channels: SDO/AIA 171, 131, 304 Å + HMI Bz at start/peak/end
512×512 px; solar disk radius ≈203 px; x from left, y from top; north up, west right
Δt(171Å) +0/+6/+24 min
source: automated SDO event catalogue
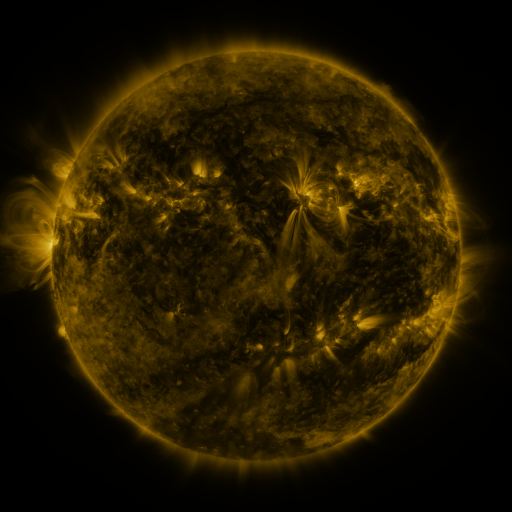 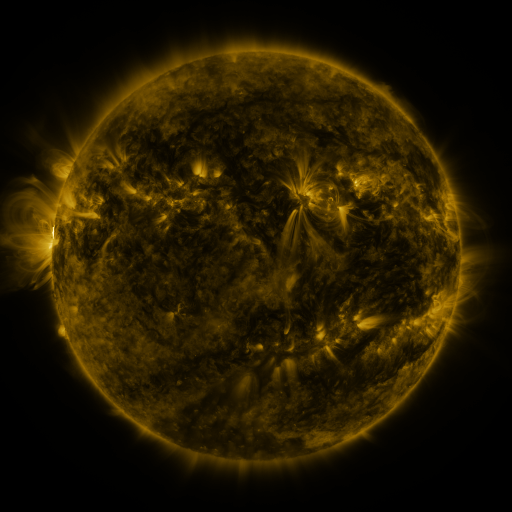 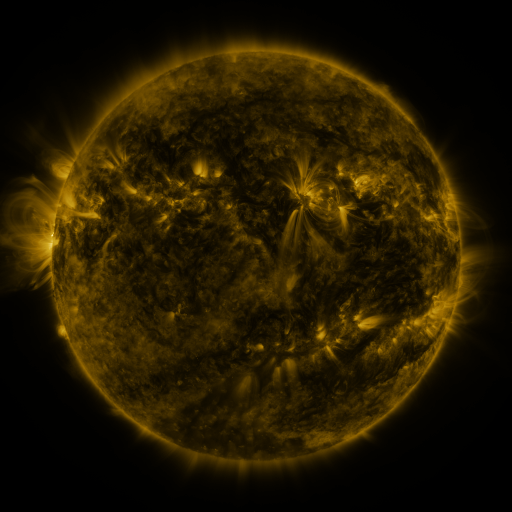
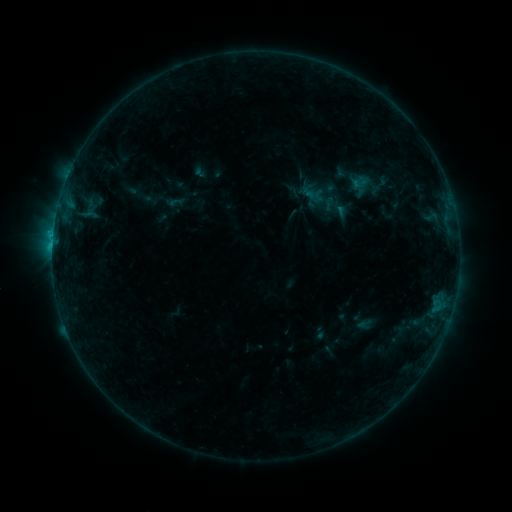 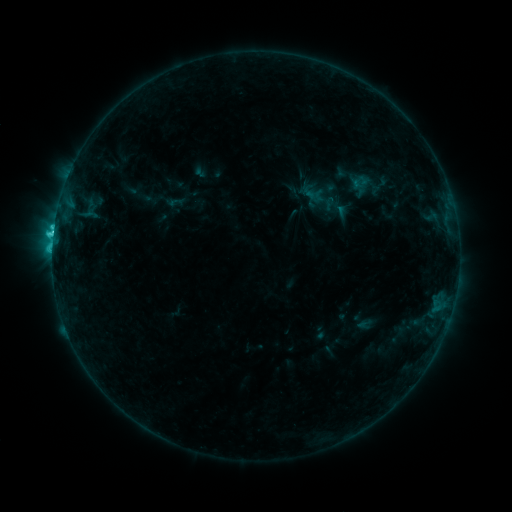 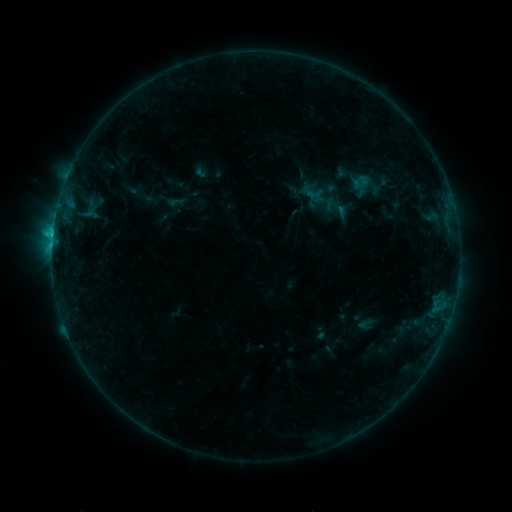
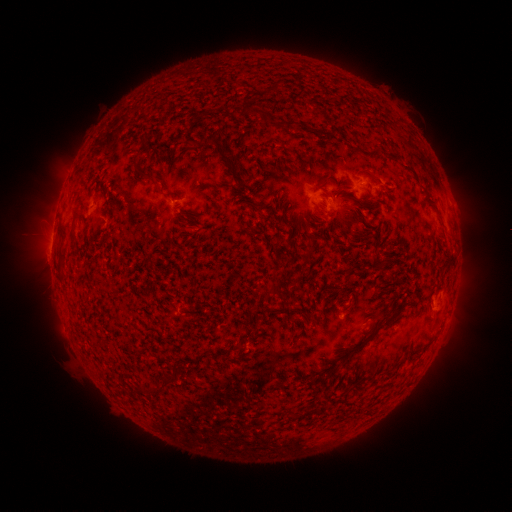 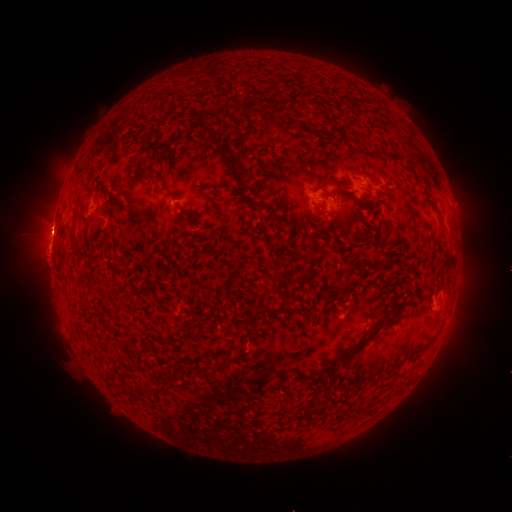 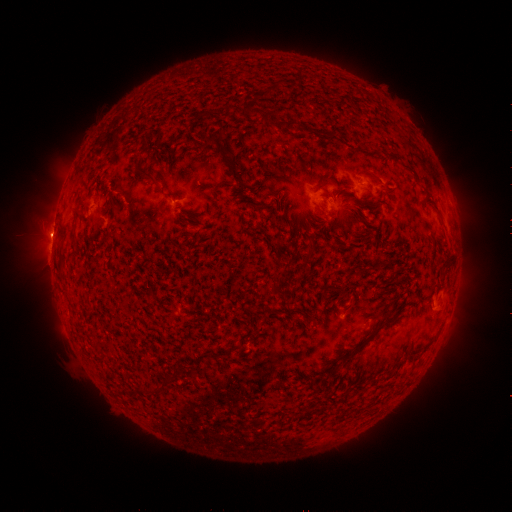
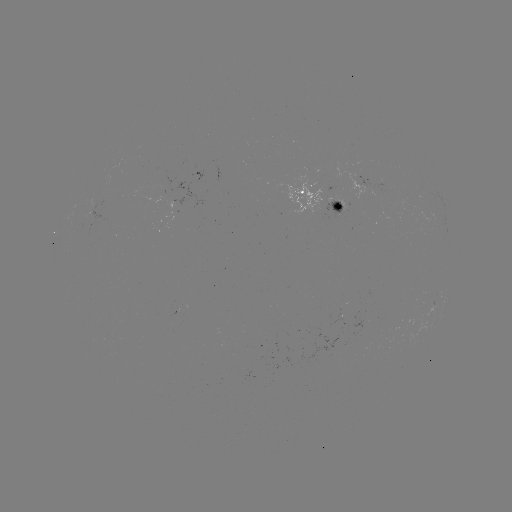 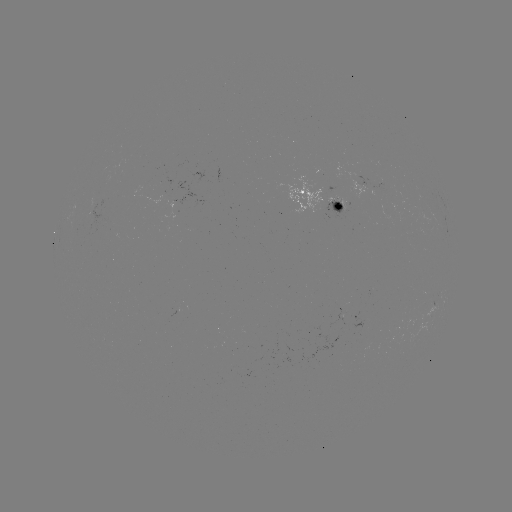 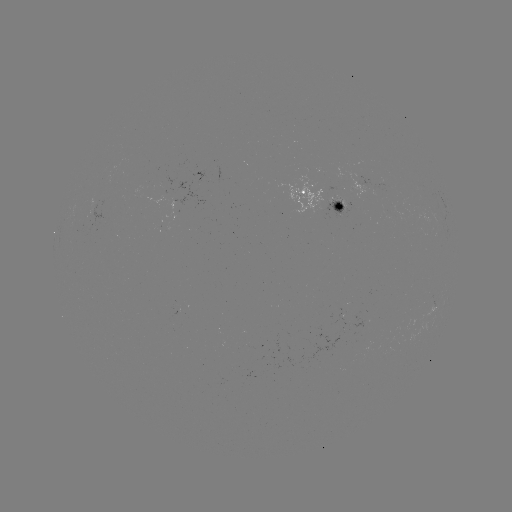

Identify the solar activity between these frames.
C2.3 flare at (55, 233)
